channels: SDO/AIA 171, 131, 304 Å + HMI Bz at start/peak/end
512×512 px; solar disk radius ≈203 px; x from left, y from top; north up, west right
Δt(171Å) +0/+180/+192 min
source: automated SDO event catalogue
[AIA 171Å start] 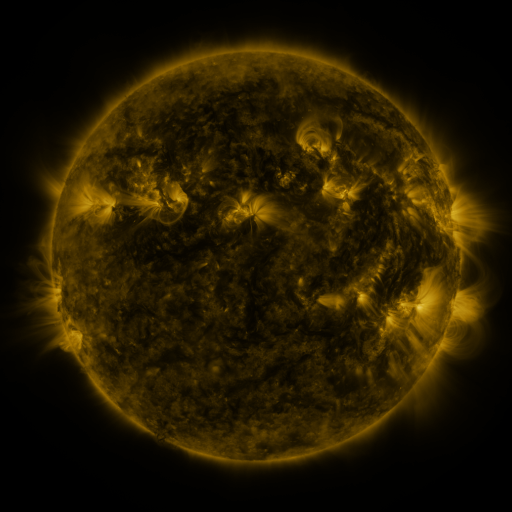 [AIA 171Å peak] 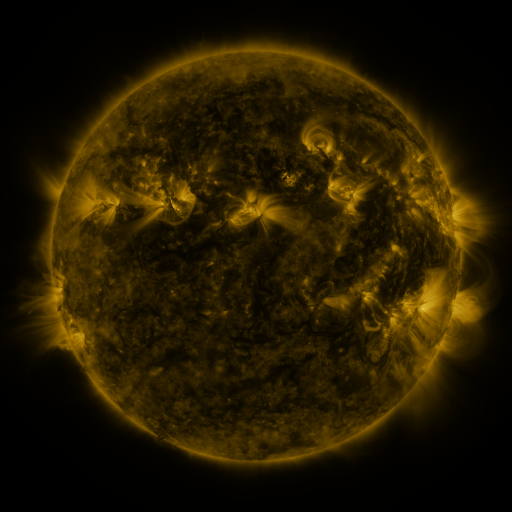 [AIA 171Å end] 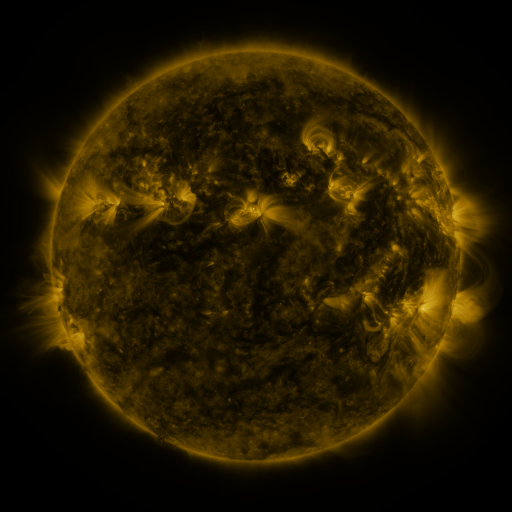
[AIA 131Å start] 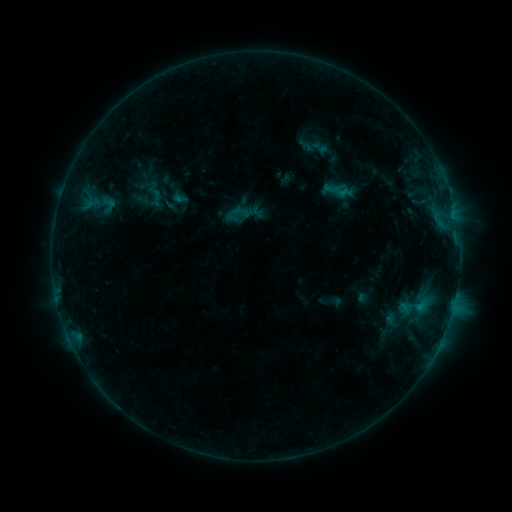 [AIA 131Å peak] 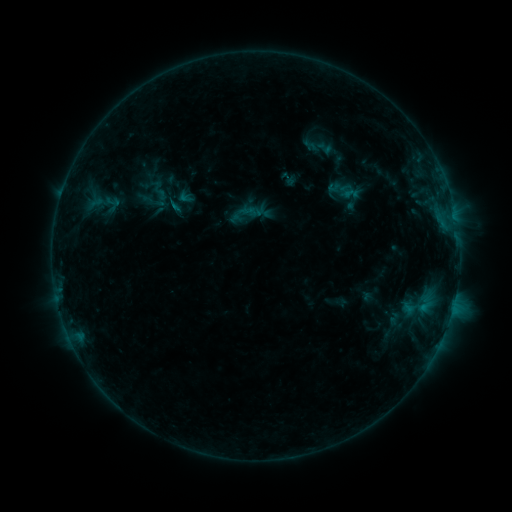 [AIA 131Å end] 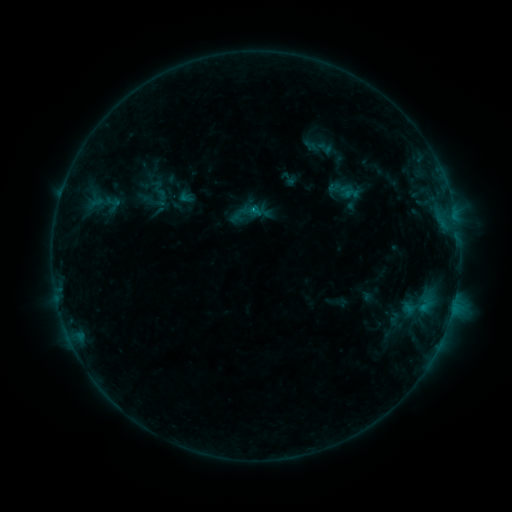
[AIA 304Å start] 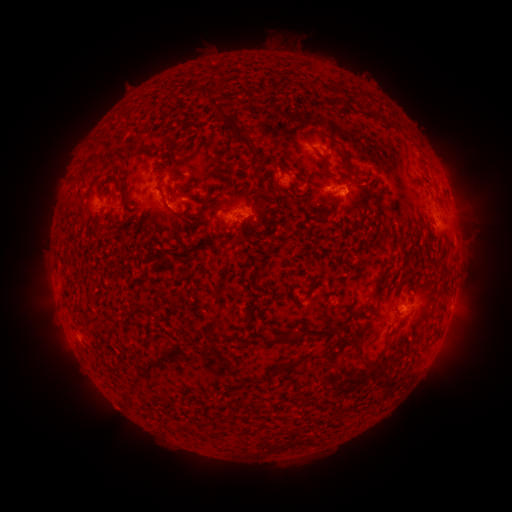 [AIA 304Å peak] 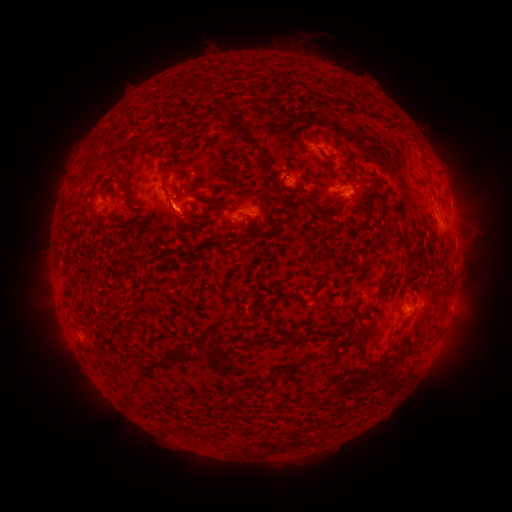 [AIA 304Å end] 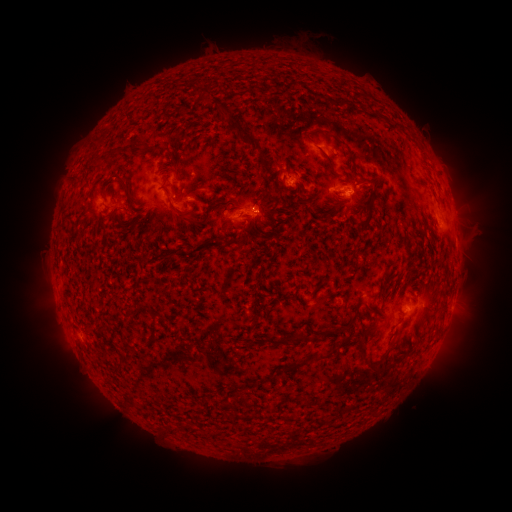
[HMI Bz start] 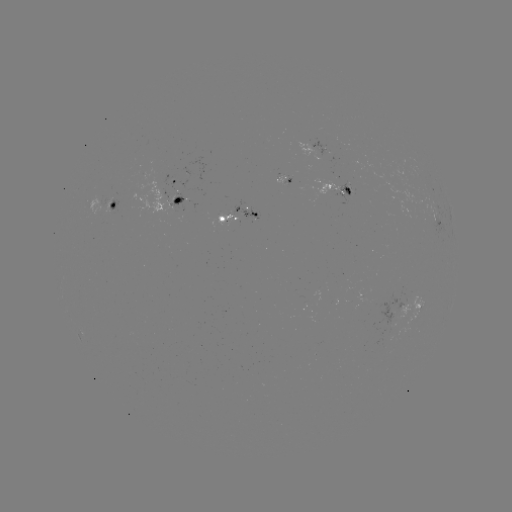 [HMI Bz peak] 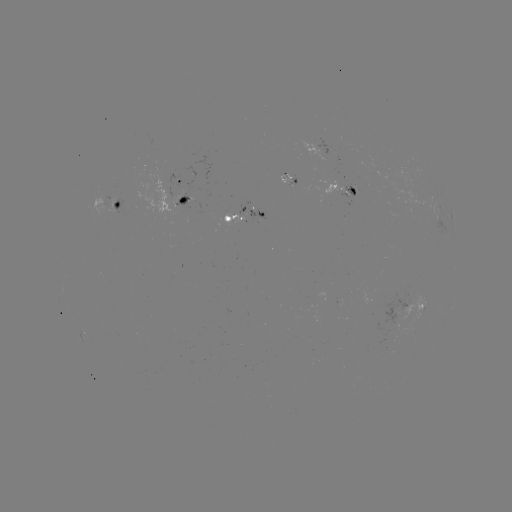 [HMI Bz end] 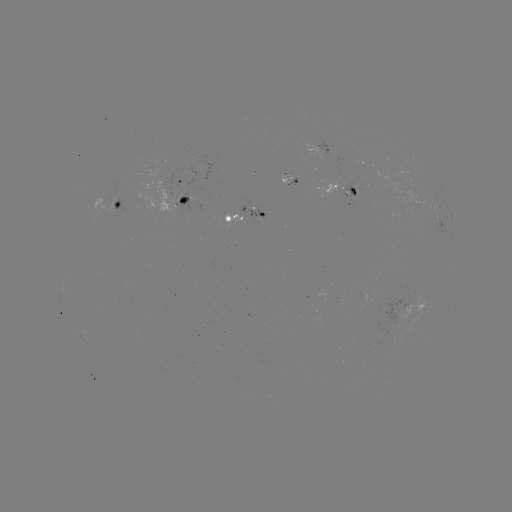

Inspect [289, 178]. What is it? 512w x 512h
emerging-flux region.